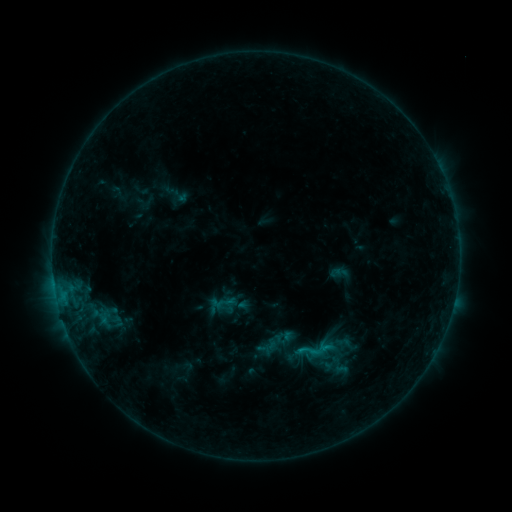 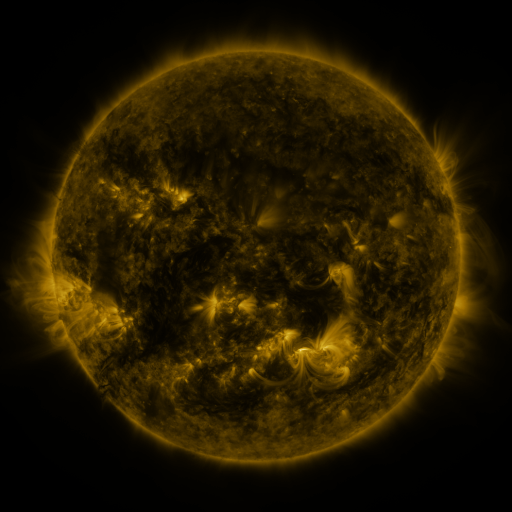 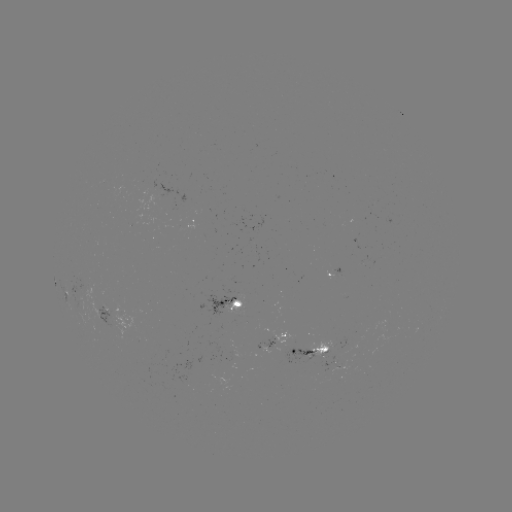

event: sigmoid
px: (310, 351)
